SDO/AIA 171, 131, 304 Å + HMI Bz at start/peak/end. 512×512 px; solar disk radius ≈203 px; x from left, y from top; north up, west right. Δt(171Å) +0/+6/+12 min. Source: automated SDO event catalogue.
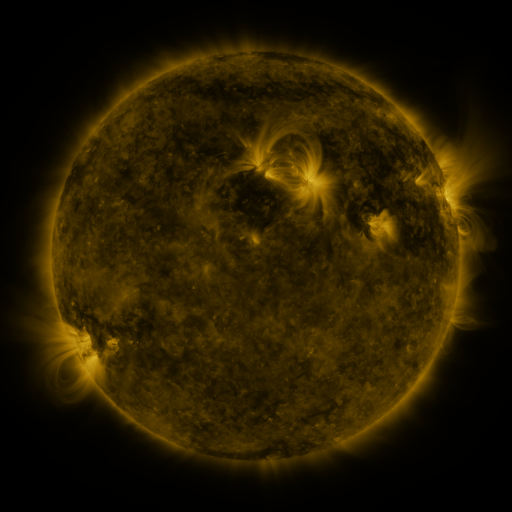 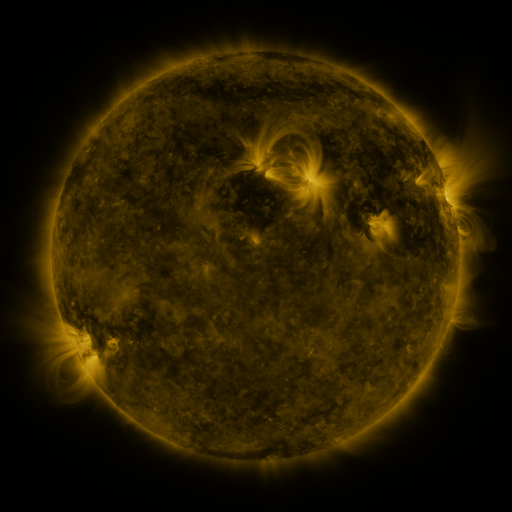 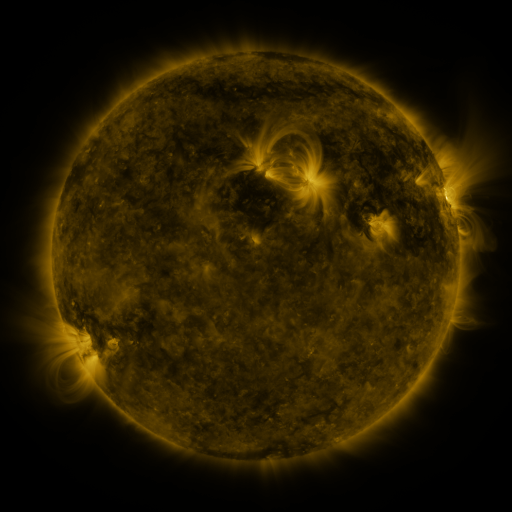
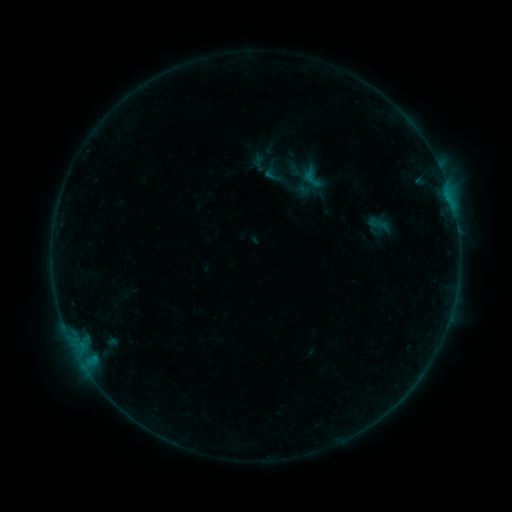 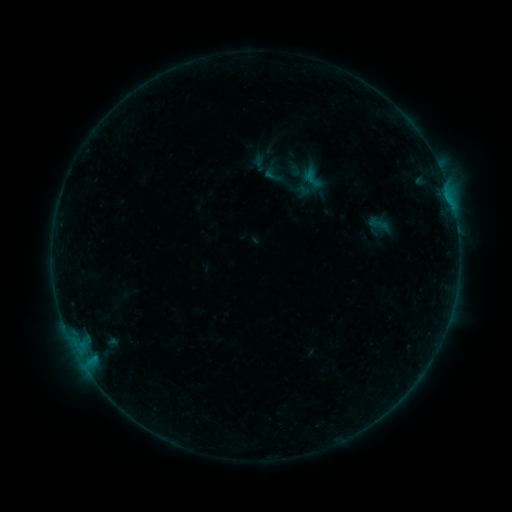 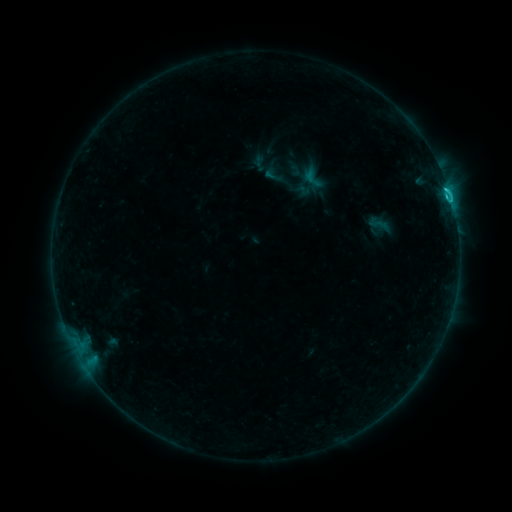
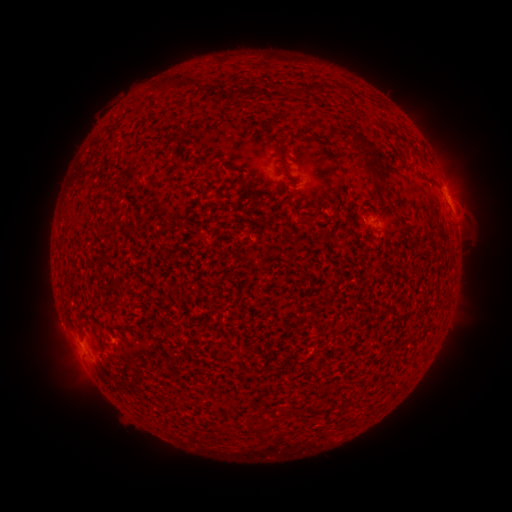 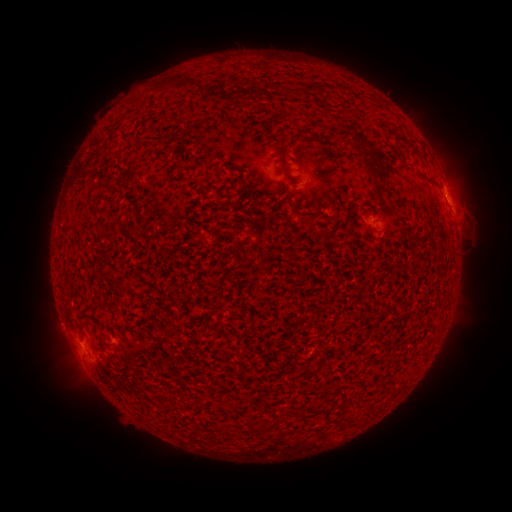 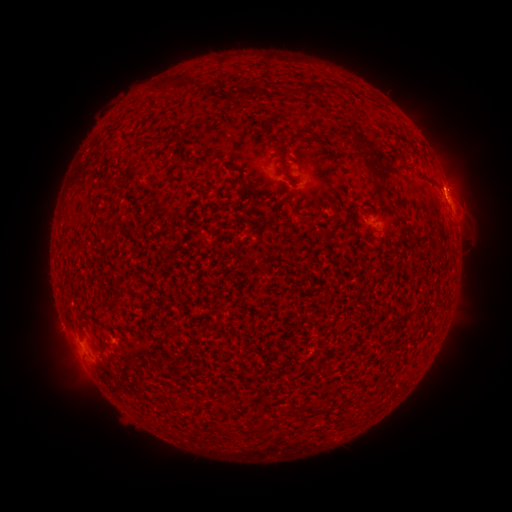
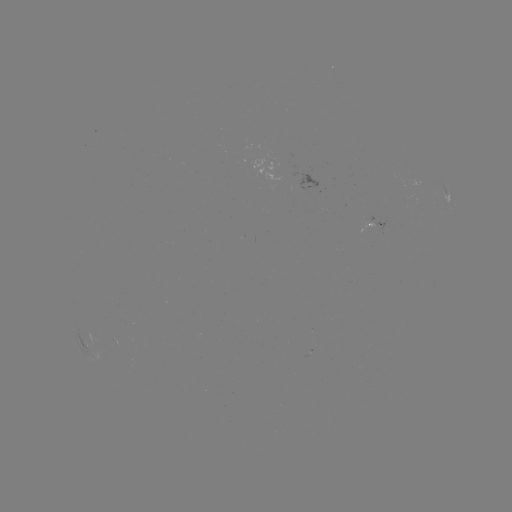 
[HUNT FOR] C1.4 flare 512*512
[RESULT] (446, 197)